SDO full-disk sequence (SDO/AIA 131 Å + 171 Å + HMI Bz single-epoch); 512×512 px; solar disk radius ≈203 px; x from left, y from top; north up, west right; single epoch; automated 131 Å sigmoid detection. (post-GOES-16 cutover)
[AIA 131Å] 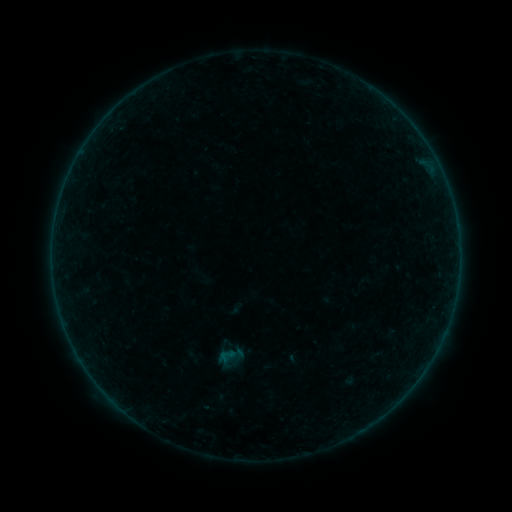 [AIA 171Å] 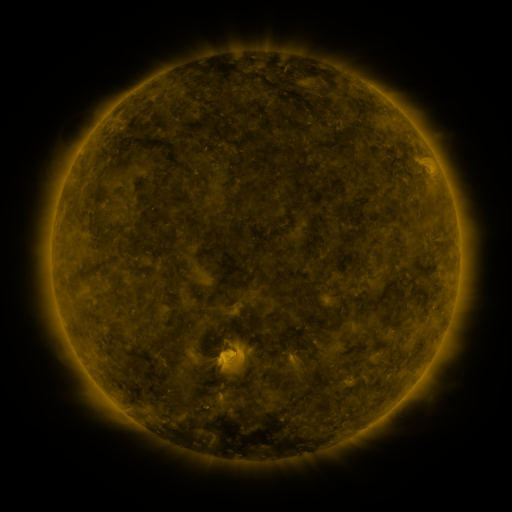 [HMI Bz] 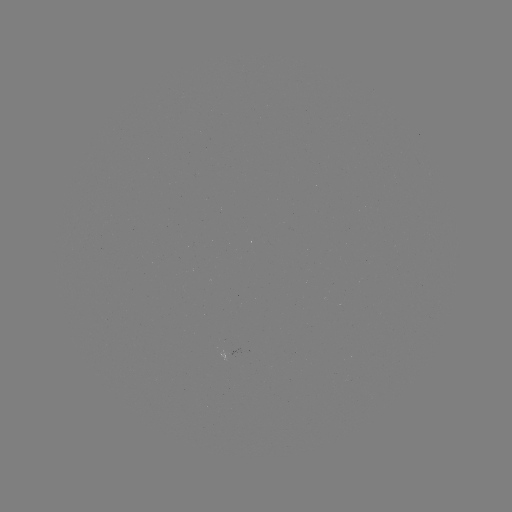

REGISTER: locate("sigmoid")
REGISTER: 227,356